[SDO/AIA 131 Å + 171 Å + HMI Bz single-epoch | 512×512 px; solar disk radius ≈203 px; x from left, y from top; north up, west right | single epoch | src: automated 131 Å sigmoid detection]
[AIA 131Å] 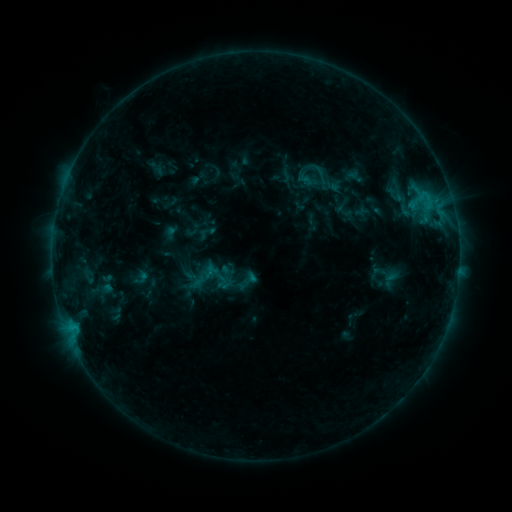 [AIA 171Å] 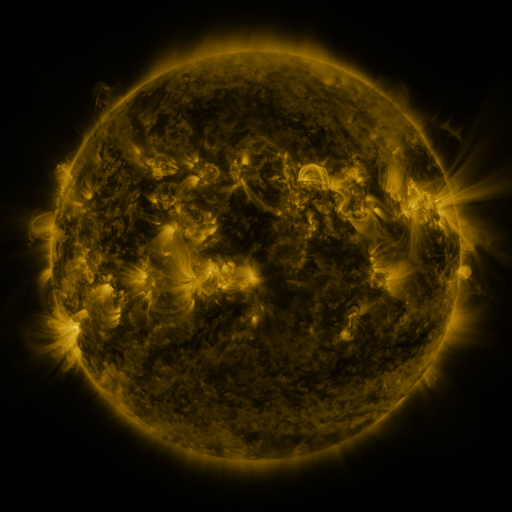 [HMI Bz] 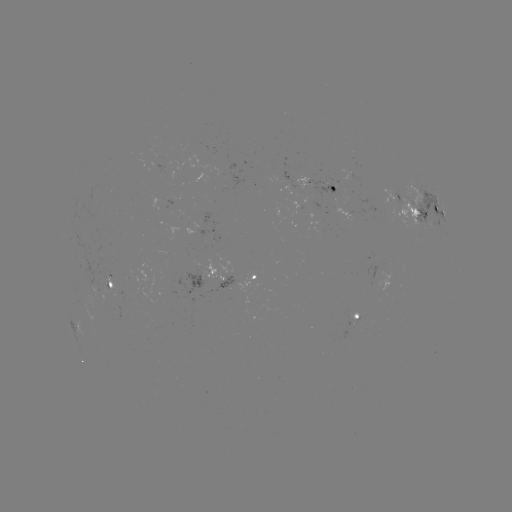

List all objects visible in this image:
sigmoid: (203, 274)
